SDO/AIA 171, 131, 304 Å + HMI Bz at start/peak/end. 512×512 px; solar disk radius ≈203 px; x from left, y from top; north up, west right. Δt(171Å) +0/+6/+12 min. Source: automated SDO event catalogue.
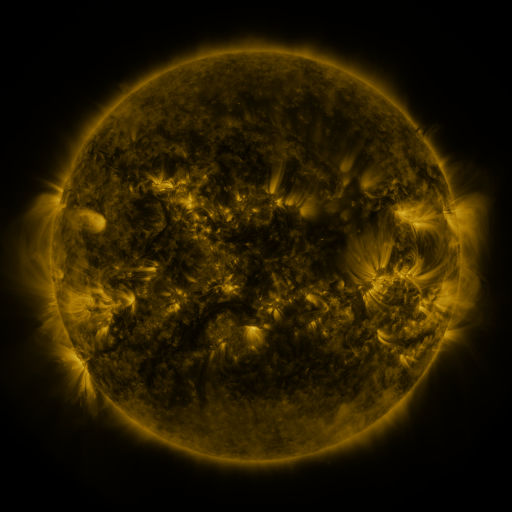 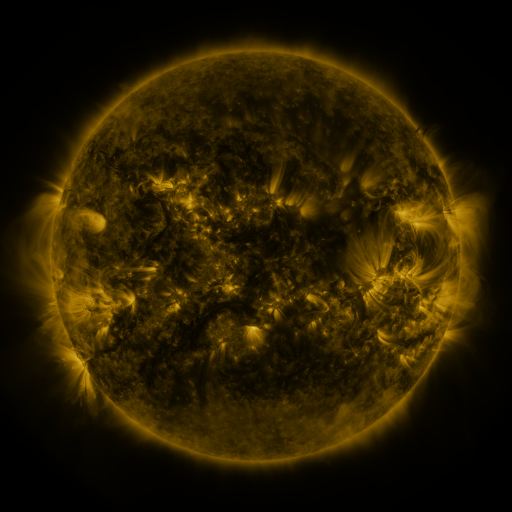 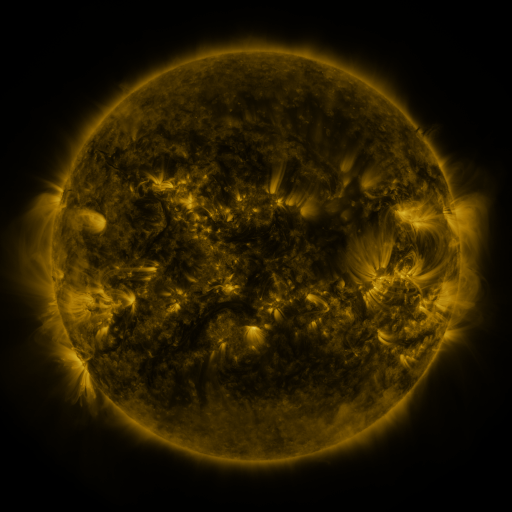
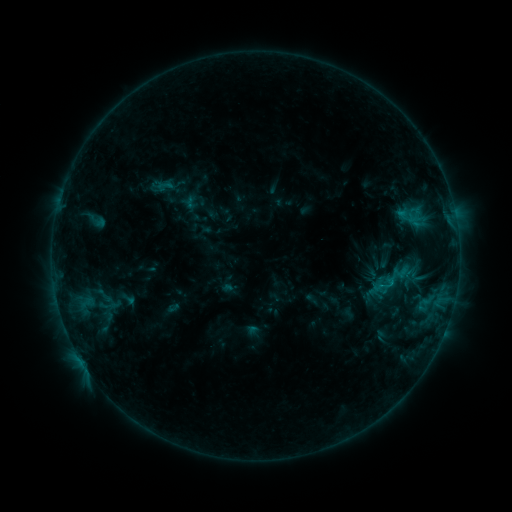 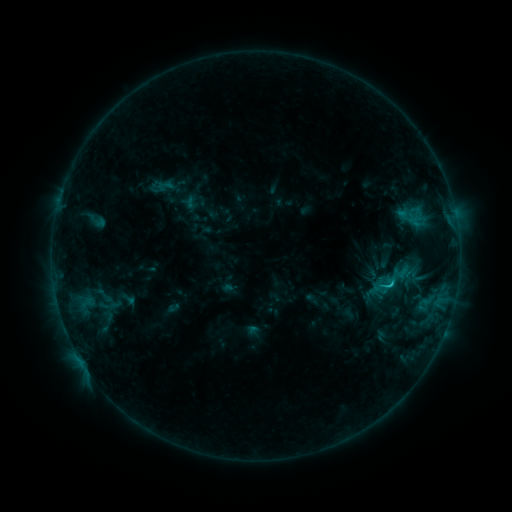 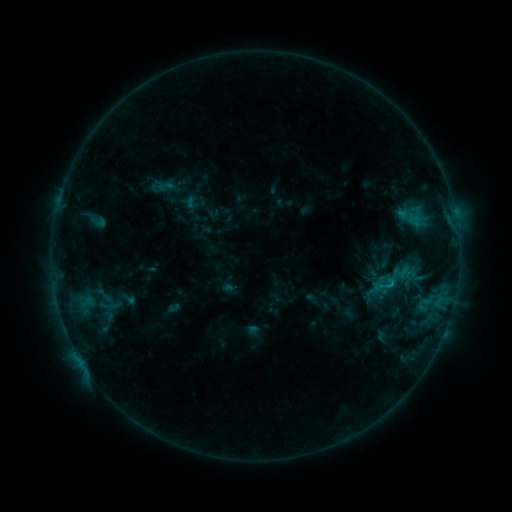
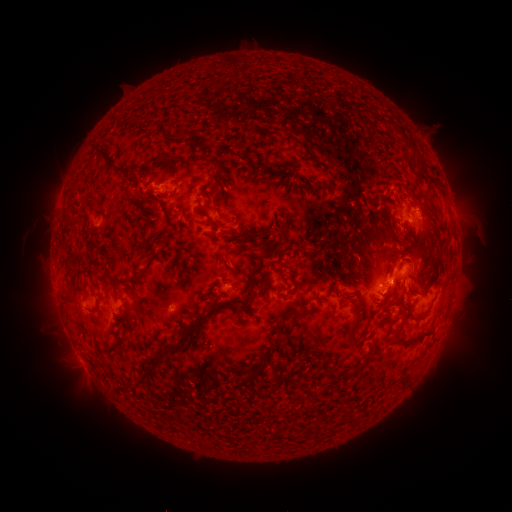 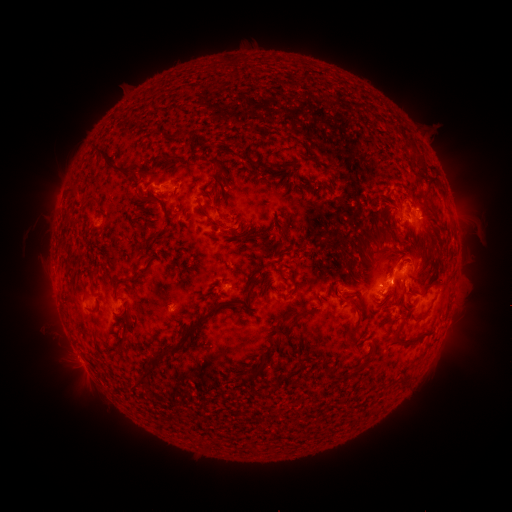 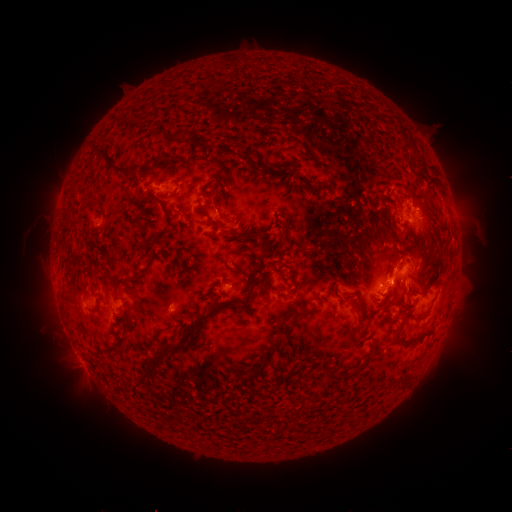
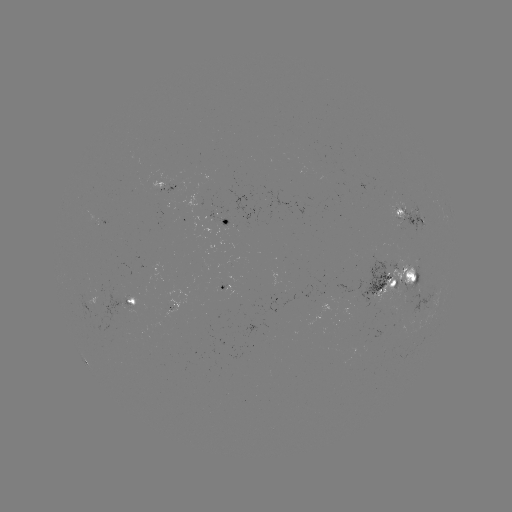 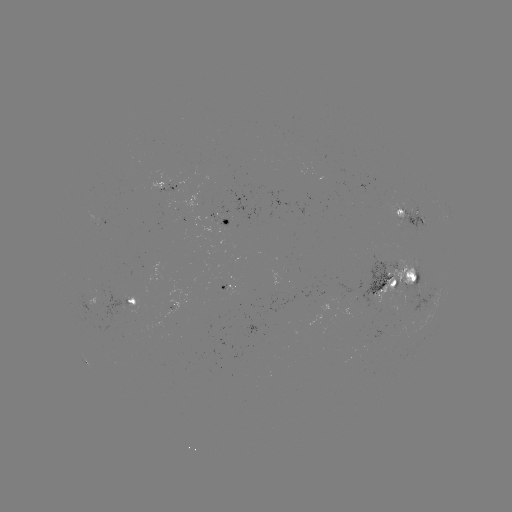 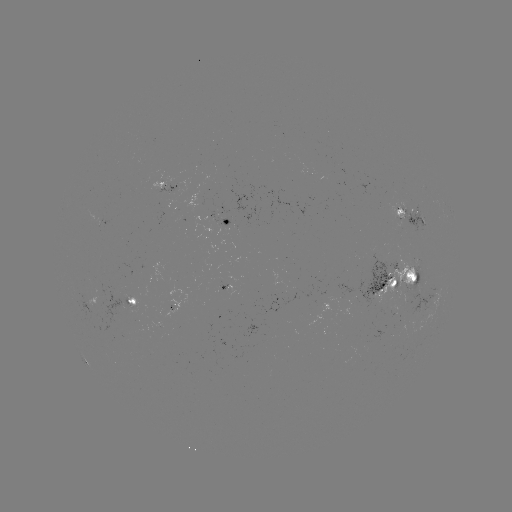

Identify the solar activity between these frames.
C1.1 flare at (389, 284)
